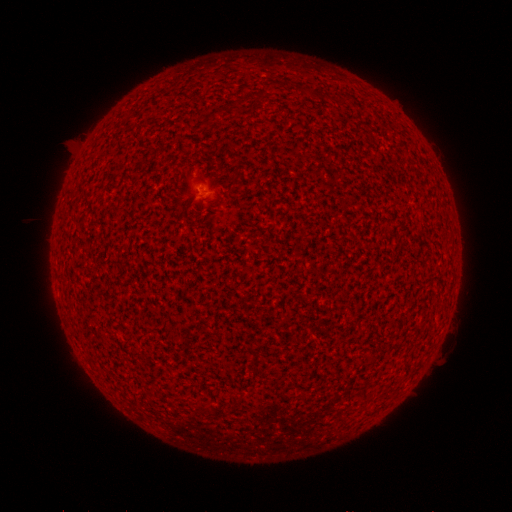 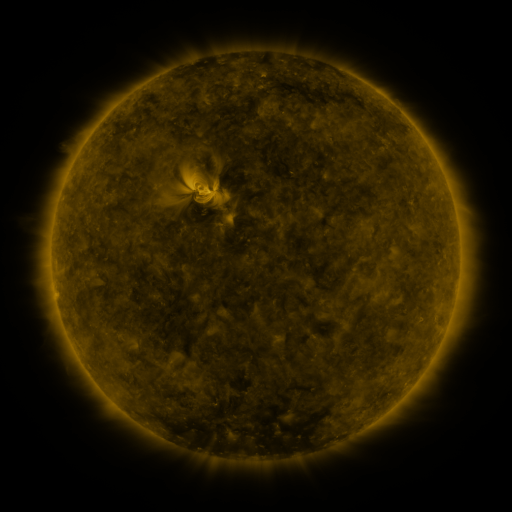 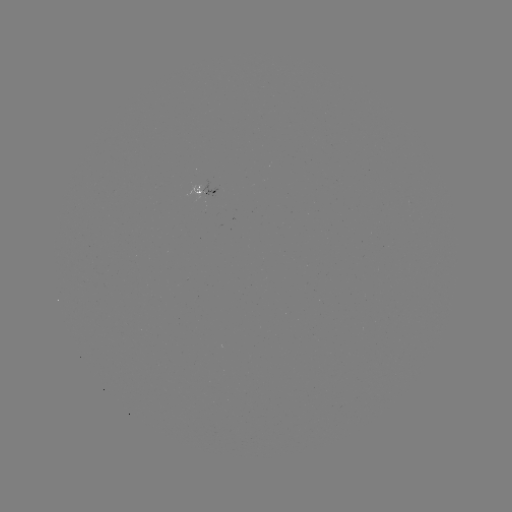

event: spotted active region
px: (207, 192)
